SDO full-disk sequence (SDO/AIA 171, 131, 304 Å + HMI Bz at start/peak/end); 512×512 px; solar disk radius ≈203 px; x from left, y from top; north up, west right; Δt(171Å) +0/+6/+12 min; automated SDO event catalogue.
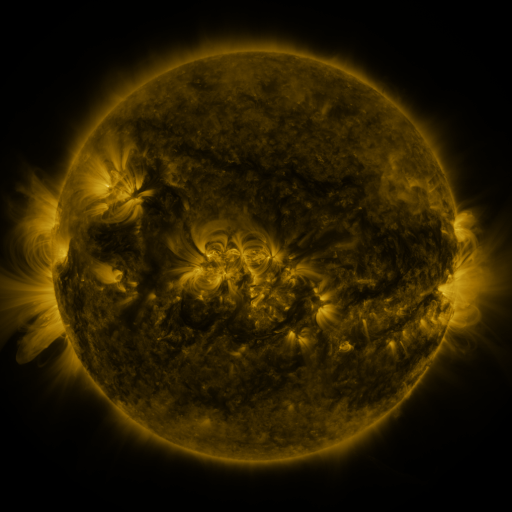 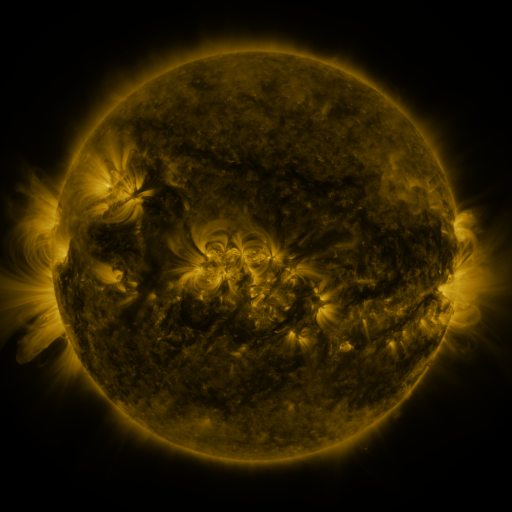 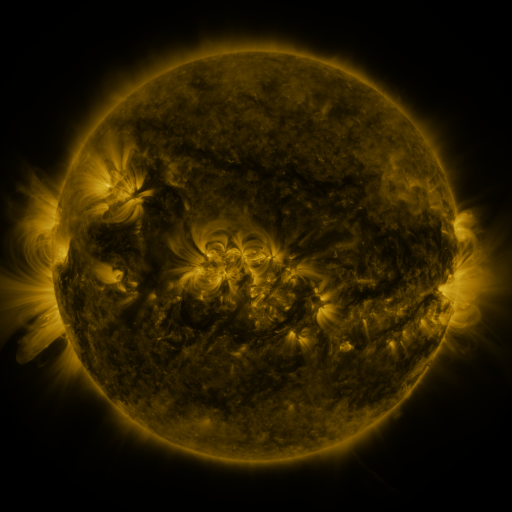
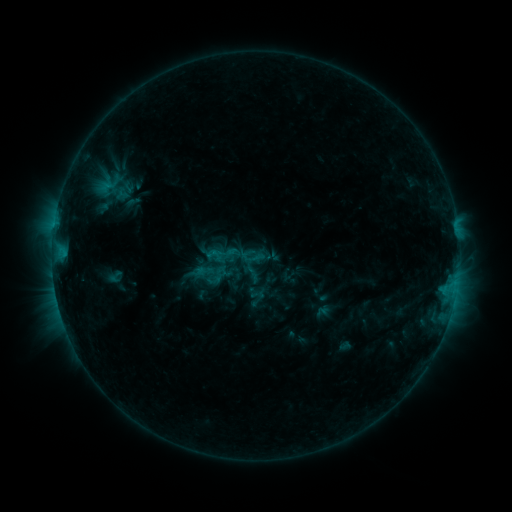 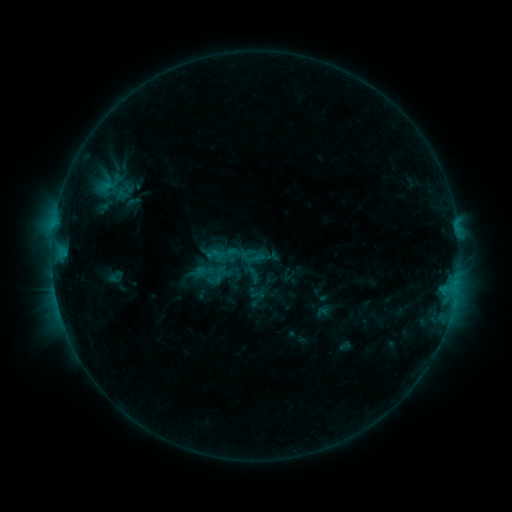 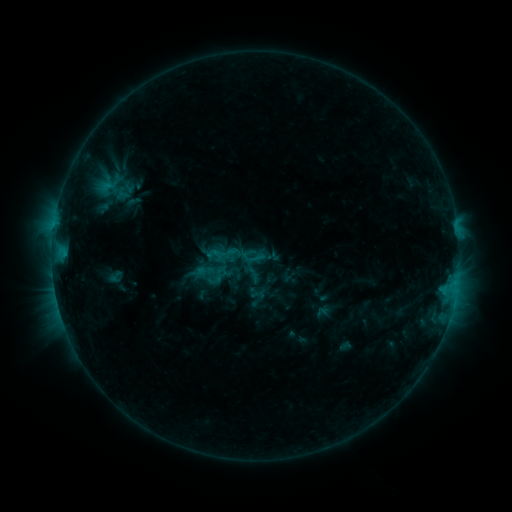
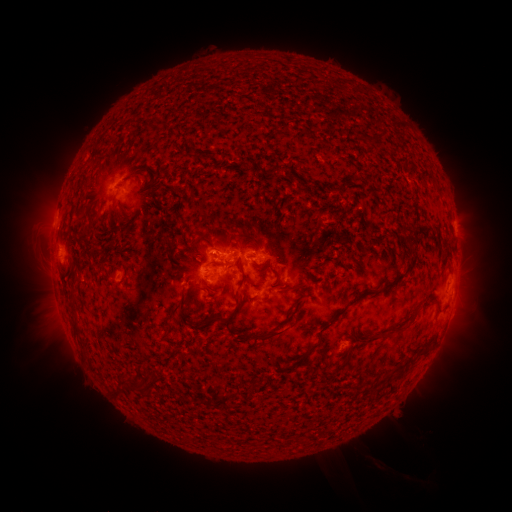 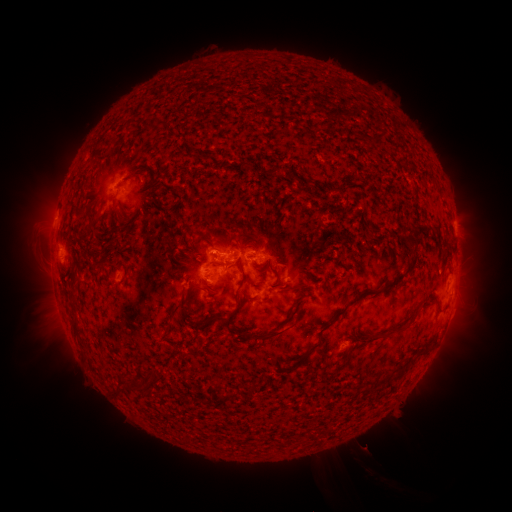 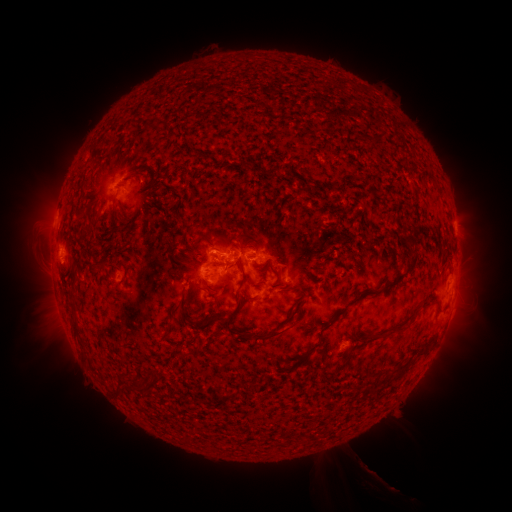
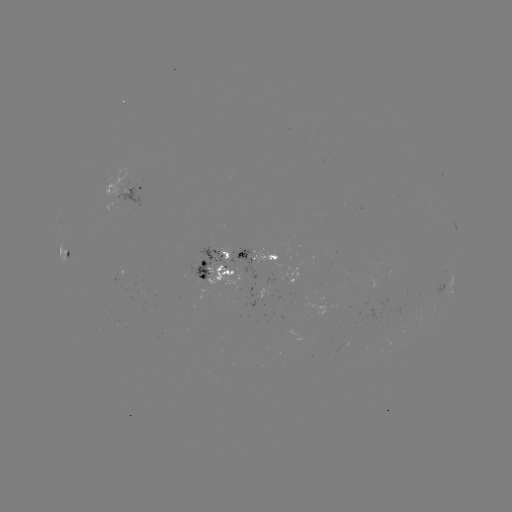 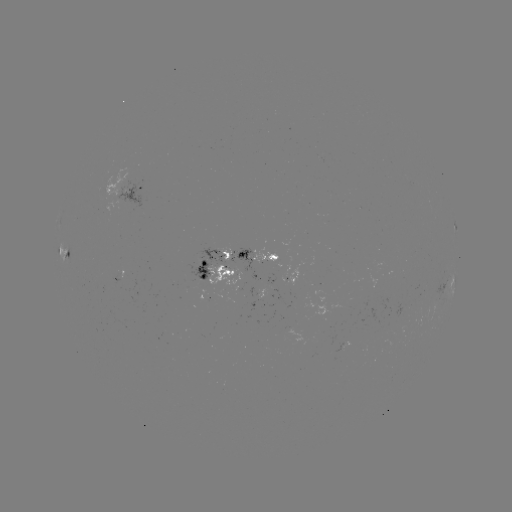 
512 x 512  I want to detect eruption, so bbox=[338, 429, 402, 498].